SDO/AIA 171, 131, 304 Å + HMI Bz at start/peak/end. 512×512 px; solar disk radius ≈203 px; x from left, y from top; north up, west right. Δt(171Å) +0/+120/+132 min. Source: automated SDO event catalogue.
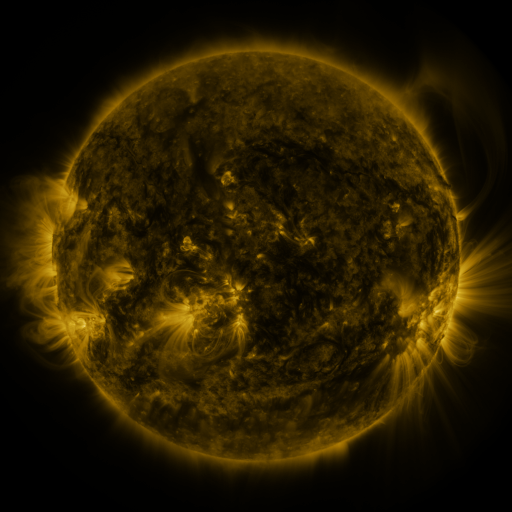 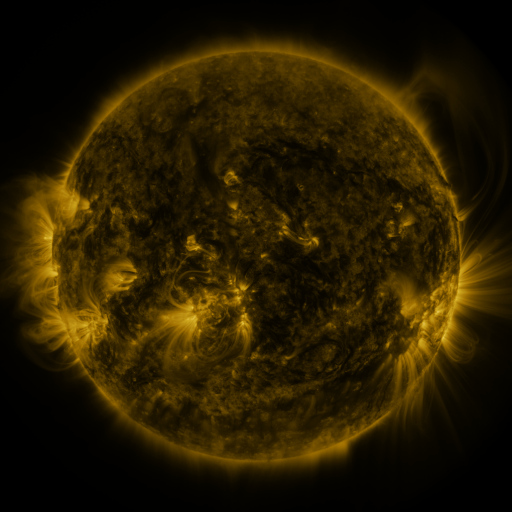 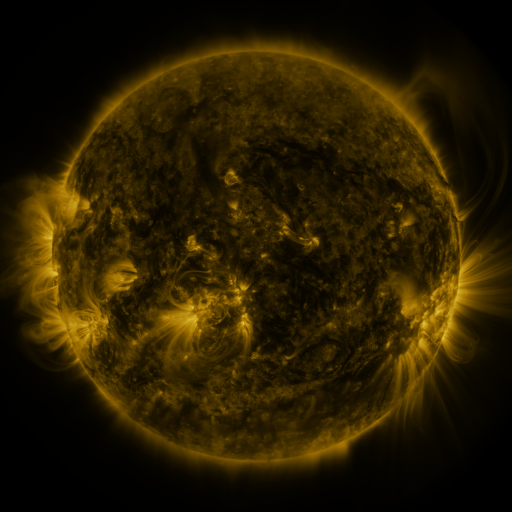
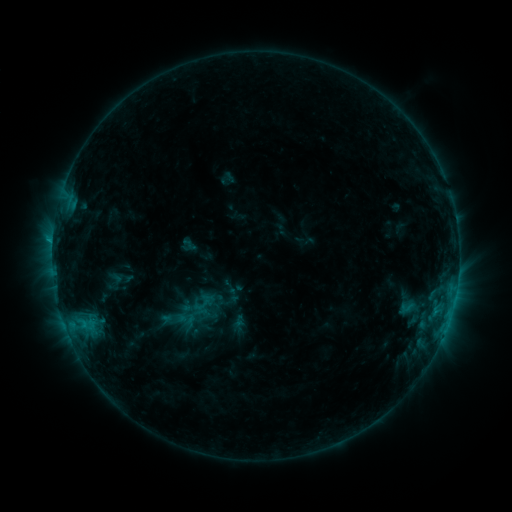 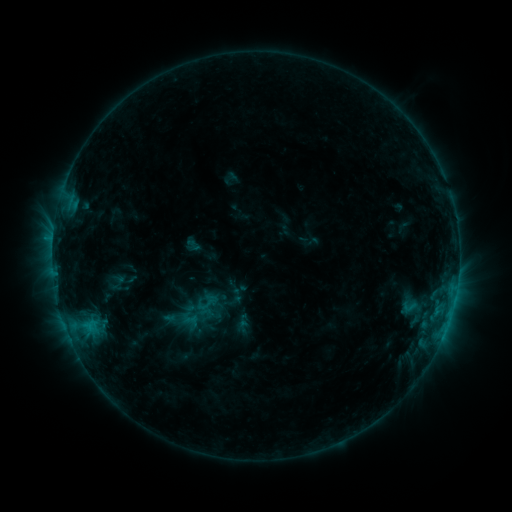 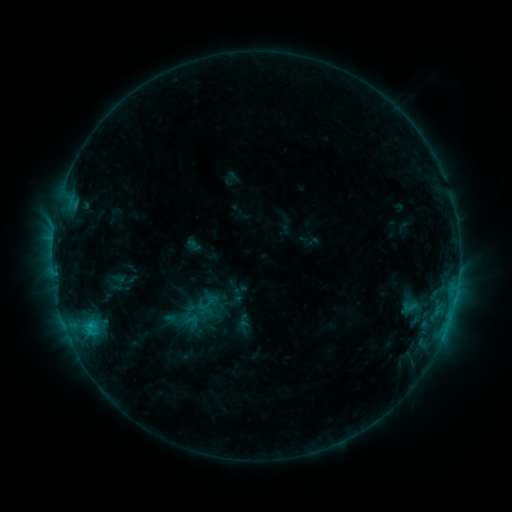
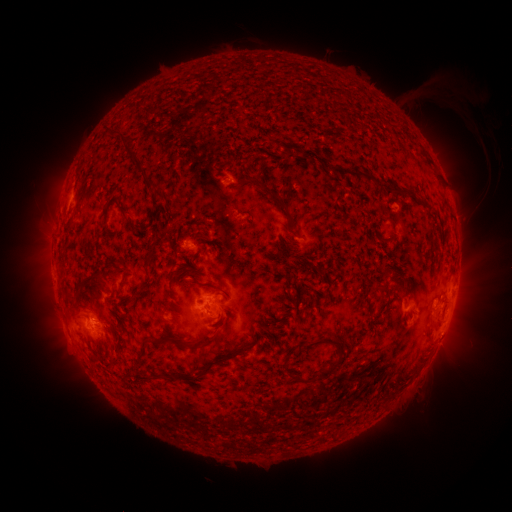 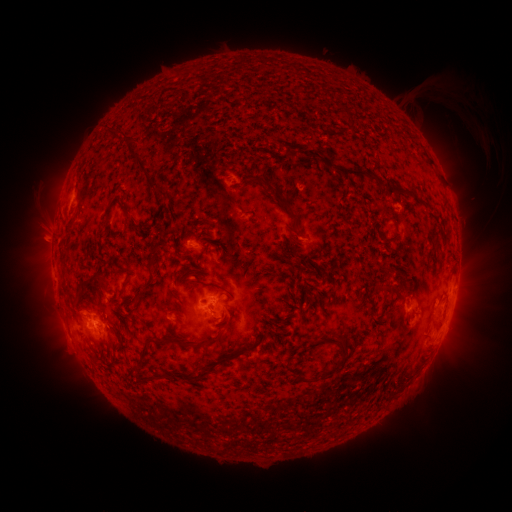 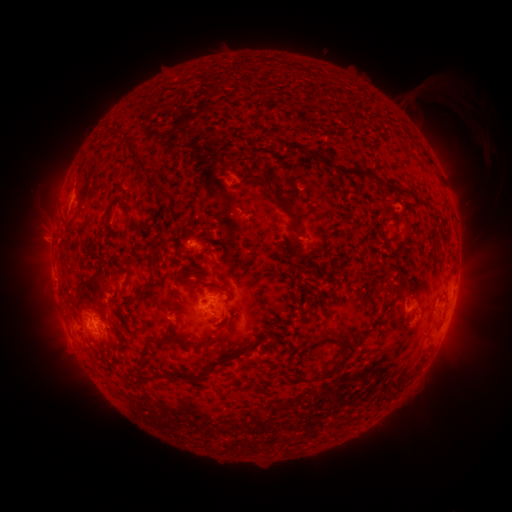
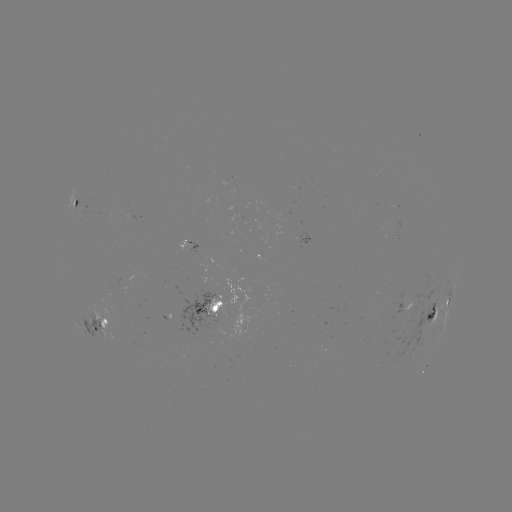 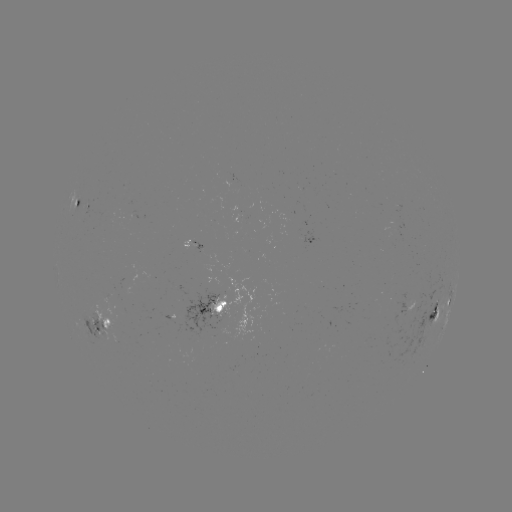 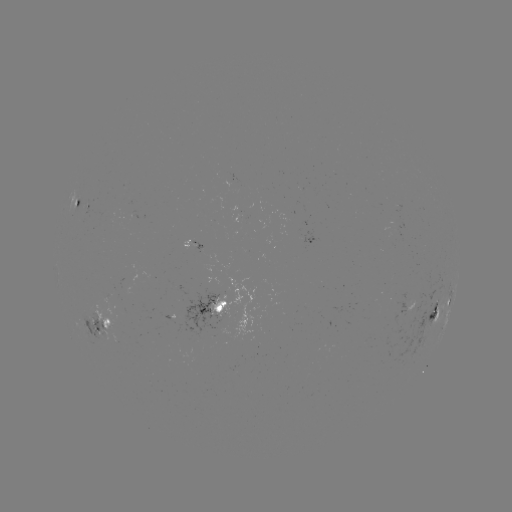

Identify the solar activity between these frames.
emerging-flux region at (105, 330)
